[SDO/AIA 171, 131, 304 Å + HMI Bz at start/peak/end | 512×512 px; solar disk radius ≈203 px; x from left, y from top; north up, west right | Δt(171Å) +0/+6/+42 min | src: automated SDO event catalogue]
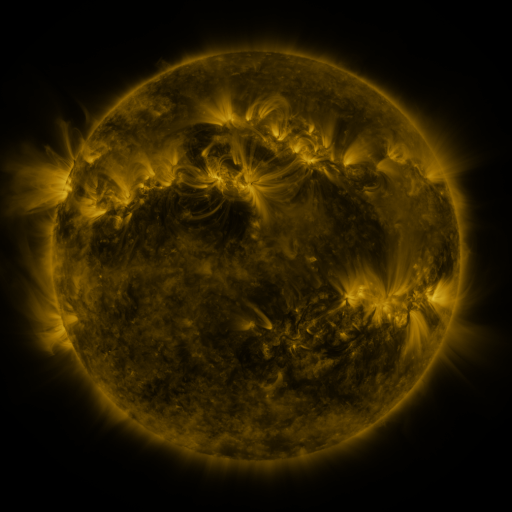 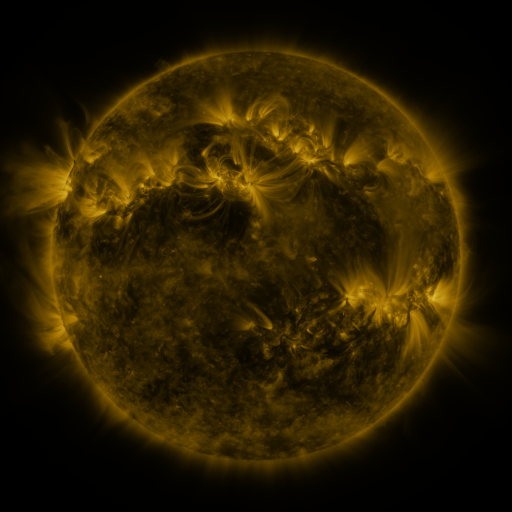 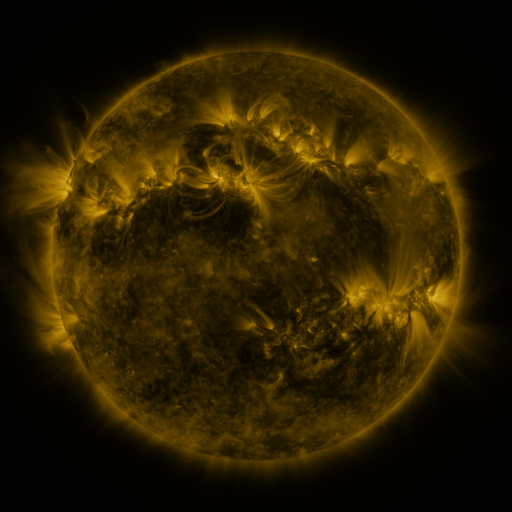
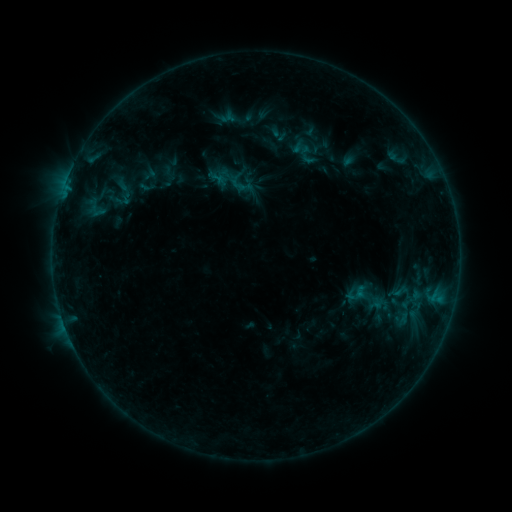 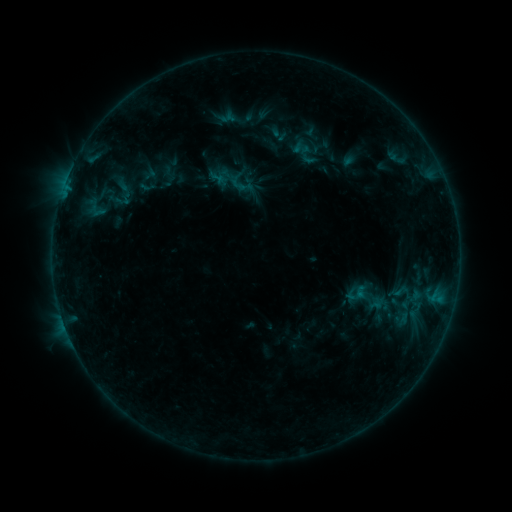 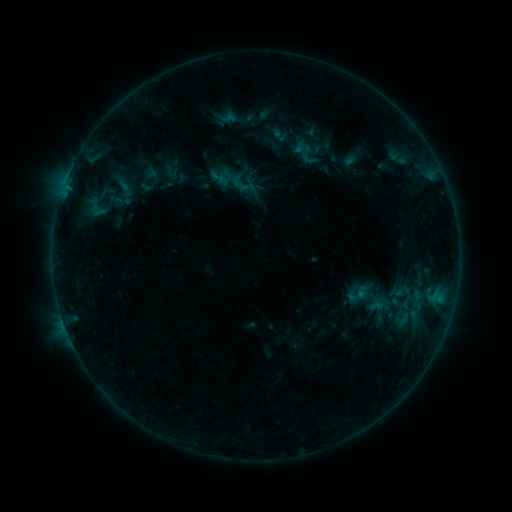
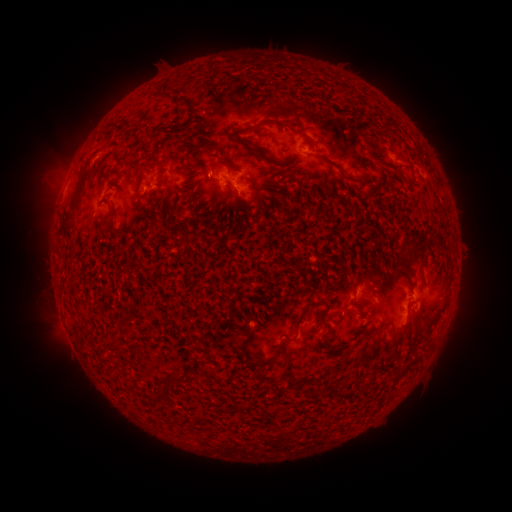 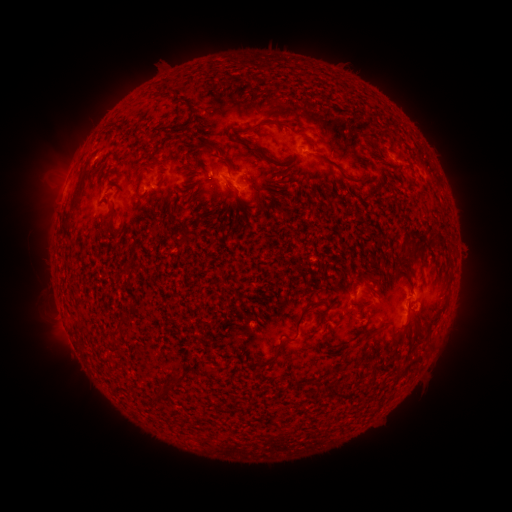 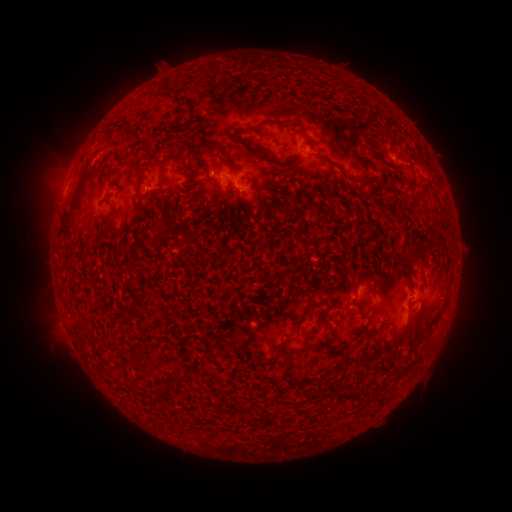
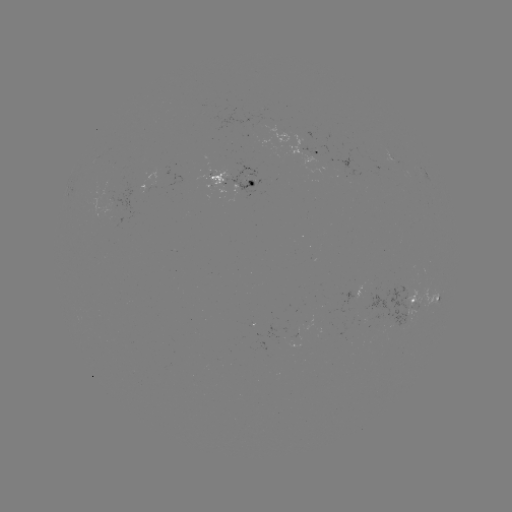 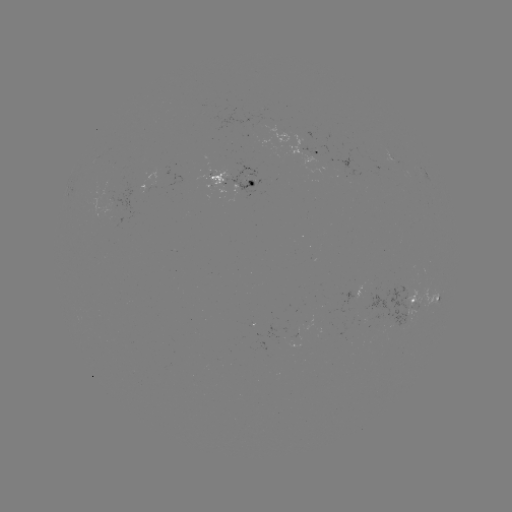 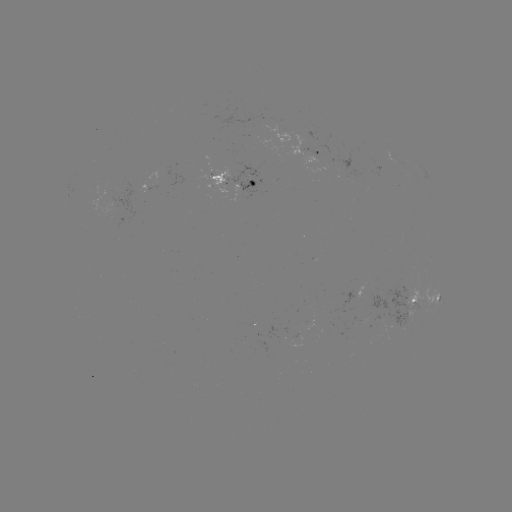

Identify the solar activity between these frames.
emerging-flux region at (214, 183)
